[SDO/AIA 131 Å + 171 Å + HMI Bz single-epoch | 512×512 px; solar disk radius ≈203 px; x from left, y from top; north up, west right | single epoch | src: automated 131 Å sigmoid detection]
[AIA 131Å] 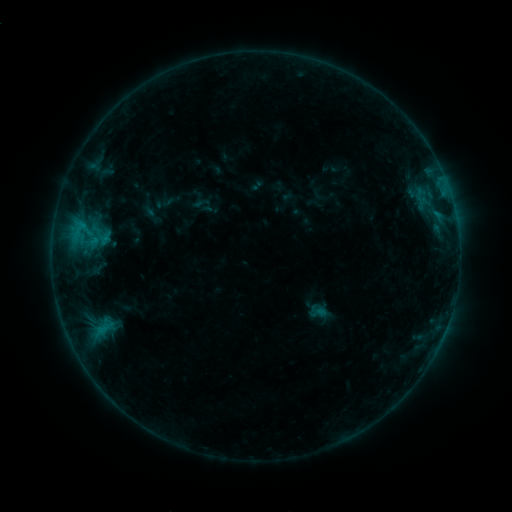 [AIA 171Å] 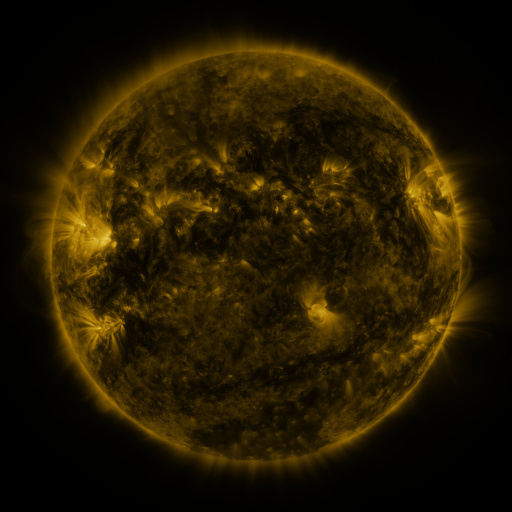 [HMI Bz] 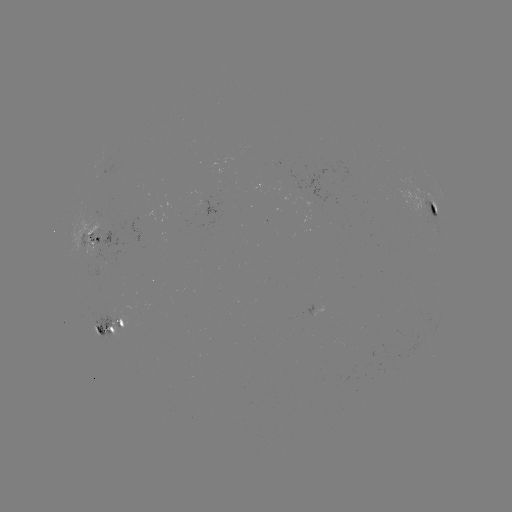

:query sigmoid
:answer (319, 313)